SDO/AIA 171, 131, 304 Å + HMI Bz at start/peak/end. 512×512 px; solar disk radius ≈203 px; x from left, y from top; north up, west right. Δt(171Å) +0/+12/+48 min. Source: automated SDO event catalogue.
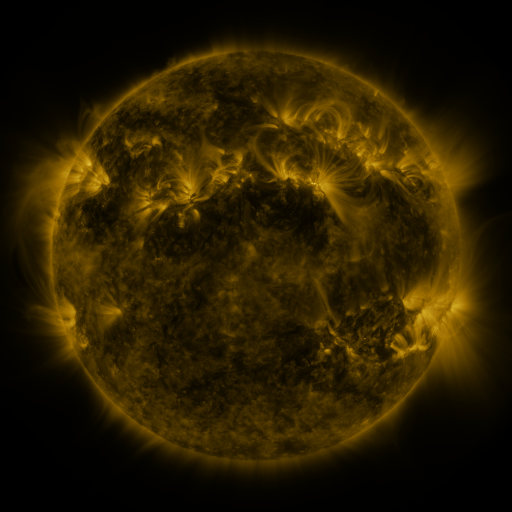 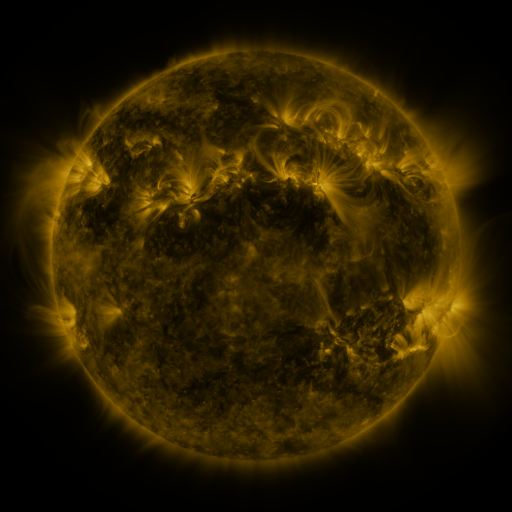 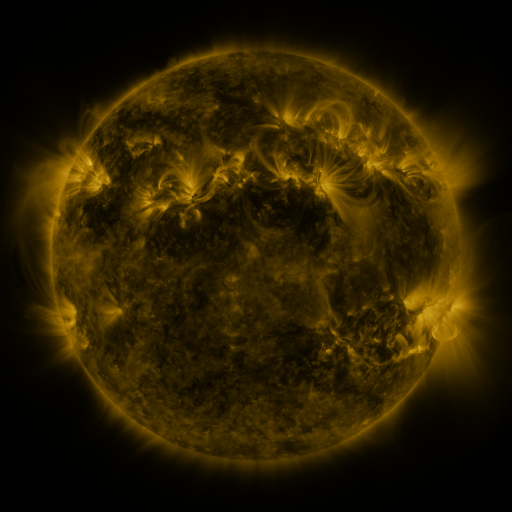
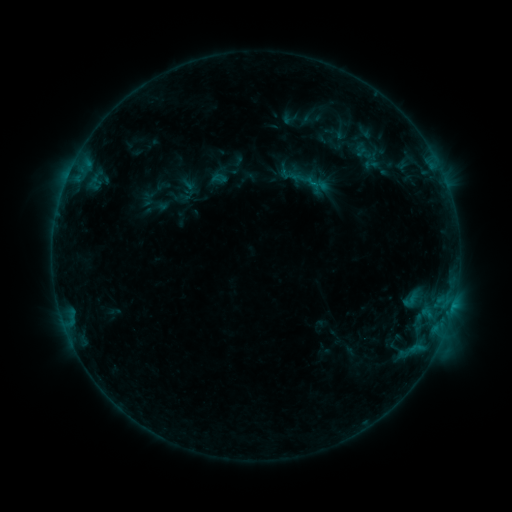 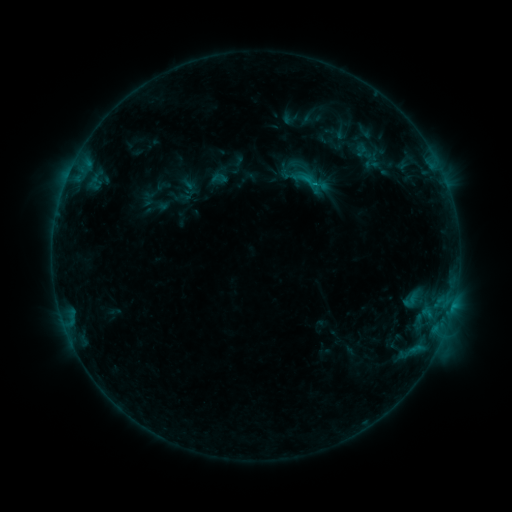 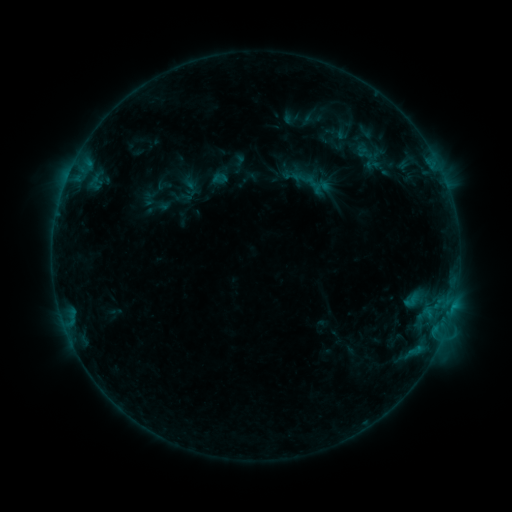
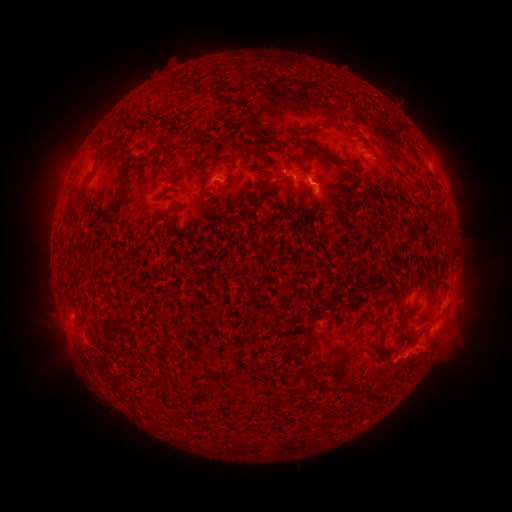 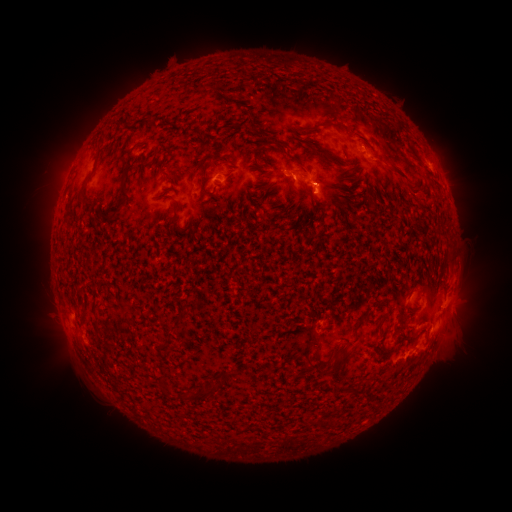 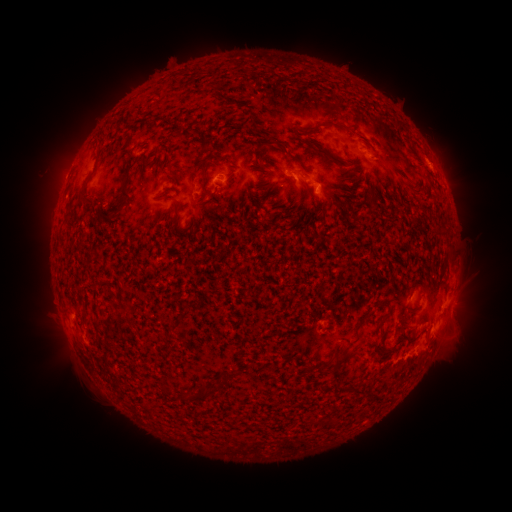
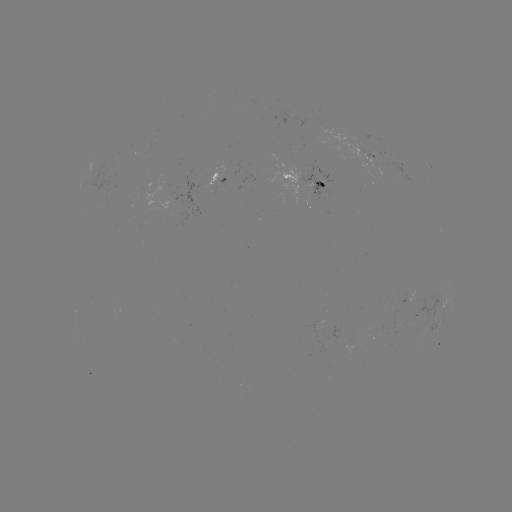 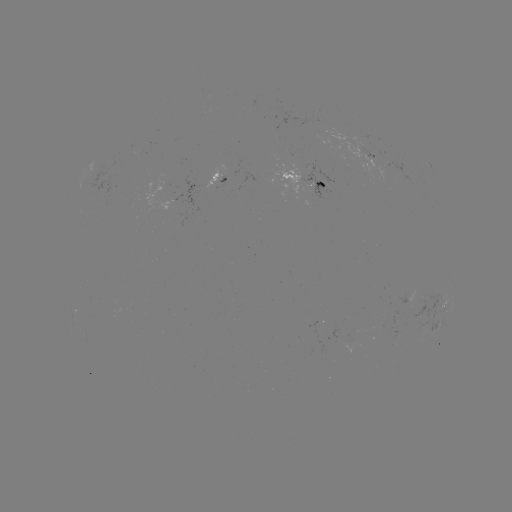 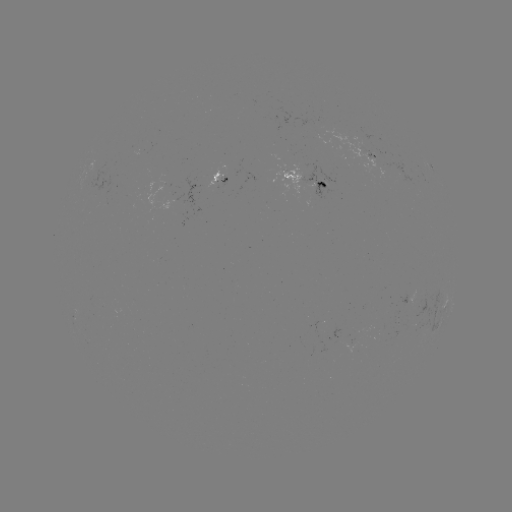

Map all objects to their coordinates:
emerging-flux region: (298, 171)
